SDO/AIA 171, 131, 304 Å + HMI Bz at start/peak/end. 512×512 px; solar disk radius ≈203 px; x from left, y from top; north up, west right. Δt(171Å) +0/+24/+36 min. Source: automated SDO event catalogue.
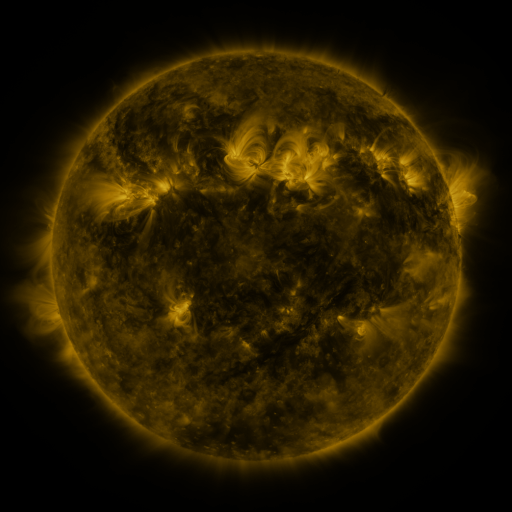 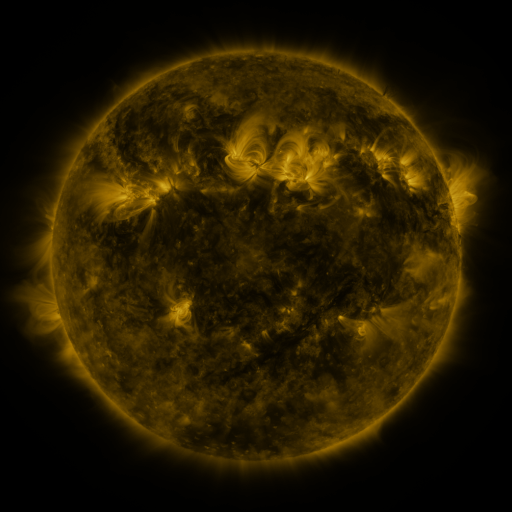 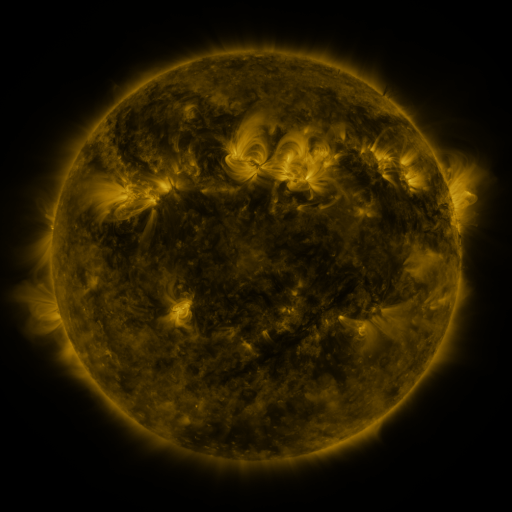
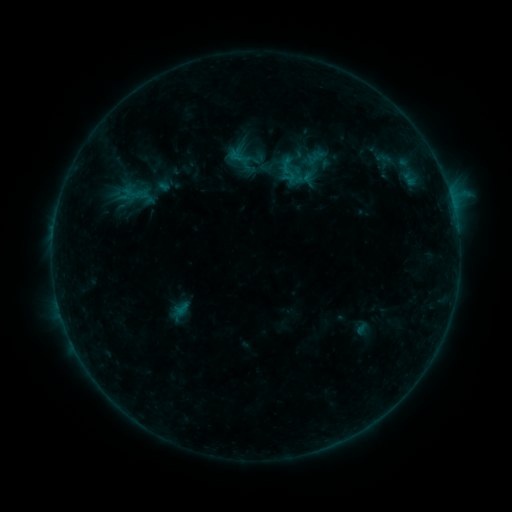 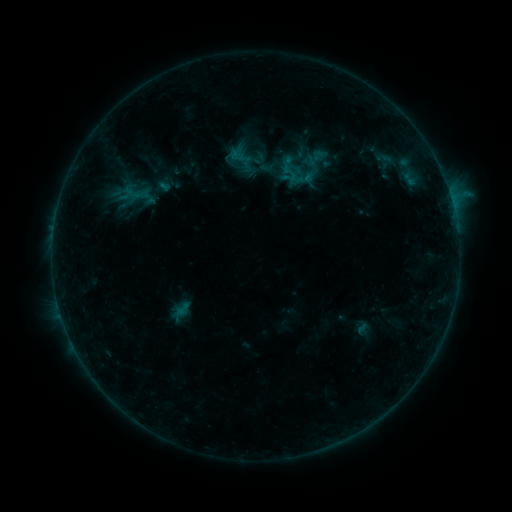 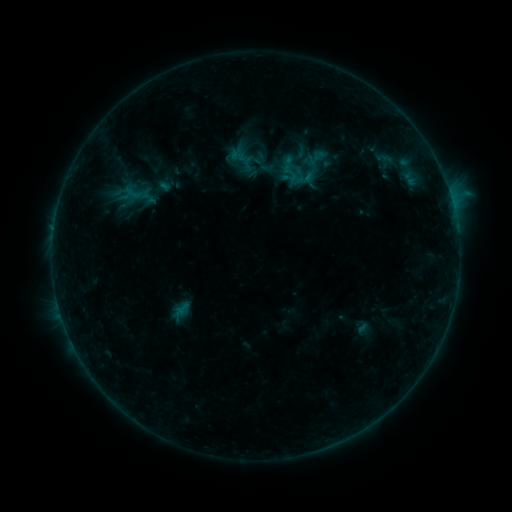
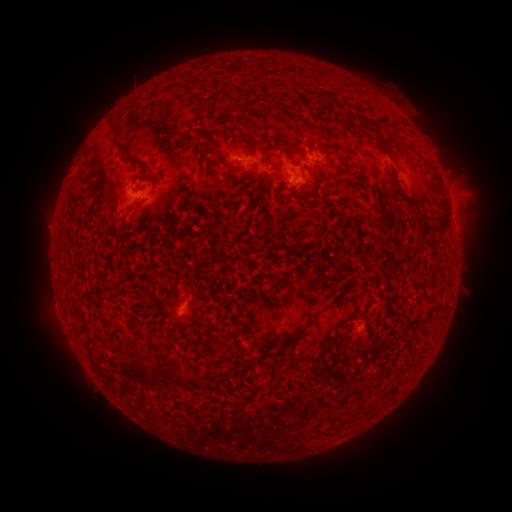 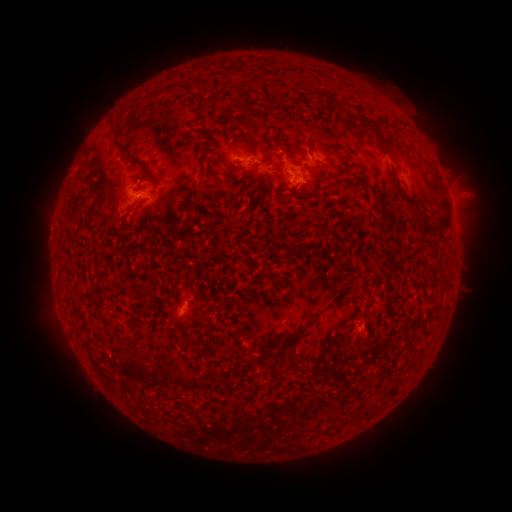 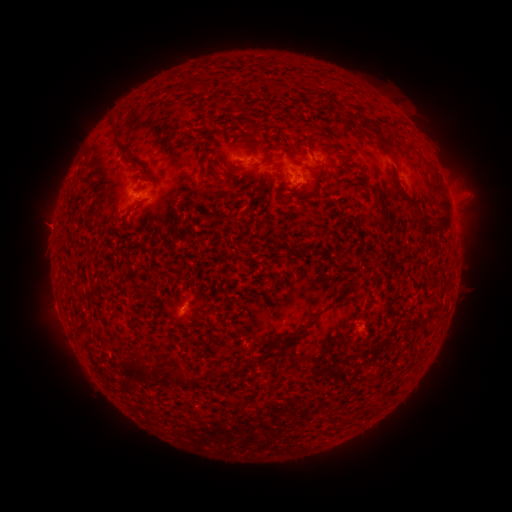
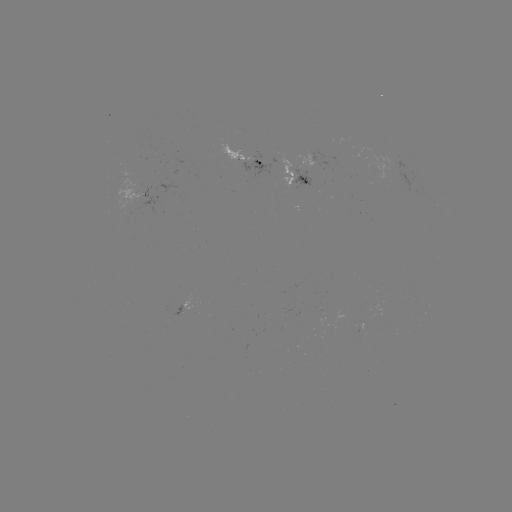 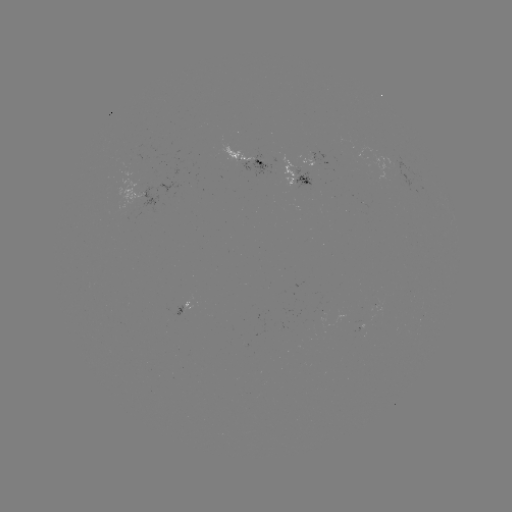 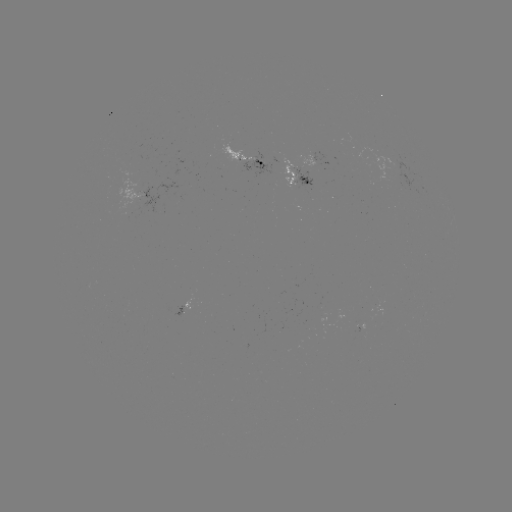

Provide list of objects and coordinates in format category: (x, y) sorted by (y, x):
emerging-flux region: (245, 159)
